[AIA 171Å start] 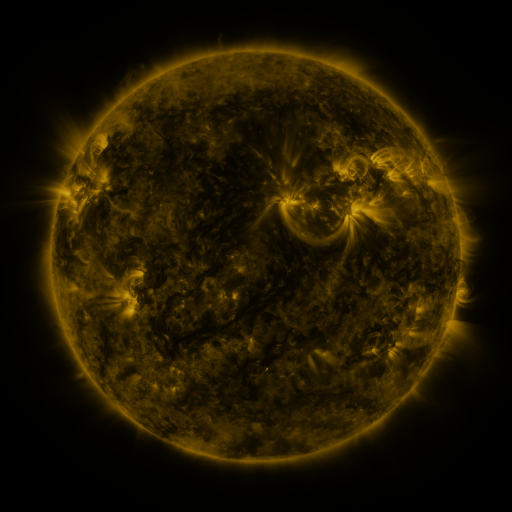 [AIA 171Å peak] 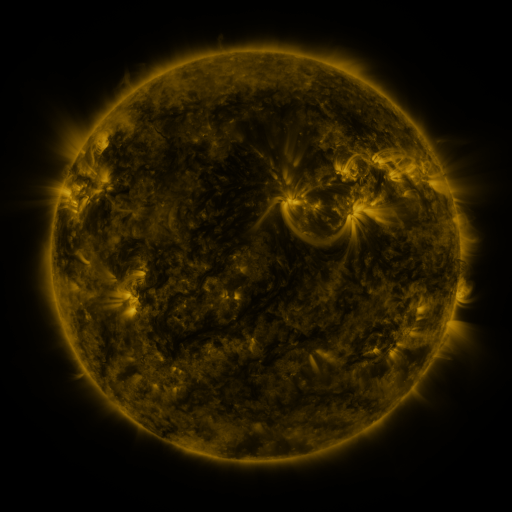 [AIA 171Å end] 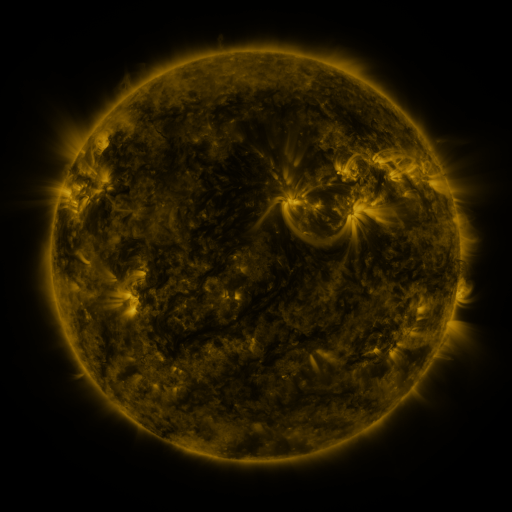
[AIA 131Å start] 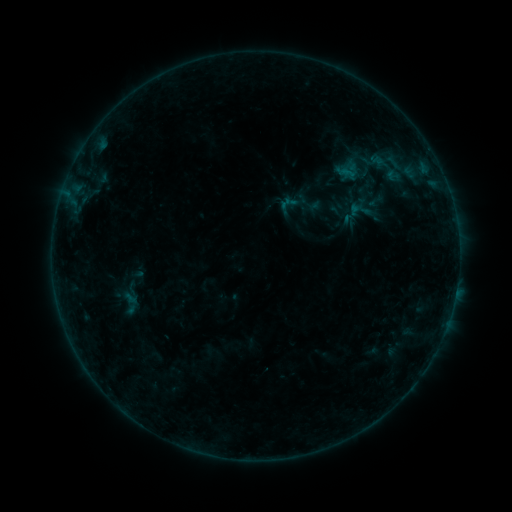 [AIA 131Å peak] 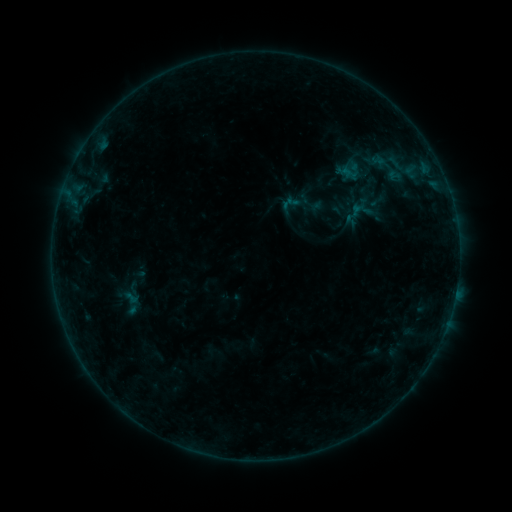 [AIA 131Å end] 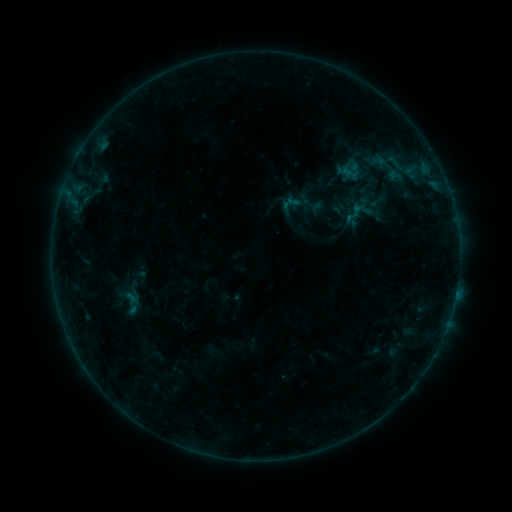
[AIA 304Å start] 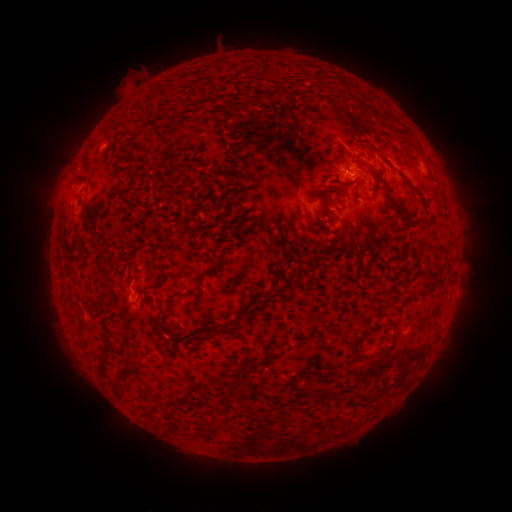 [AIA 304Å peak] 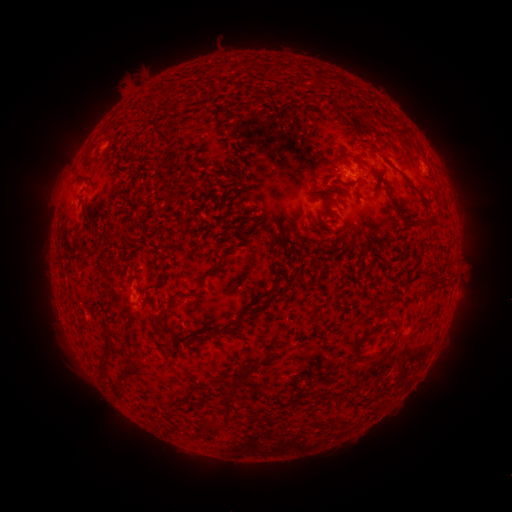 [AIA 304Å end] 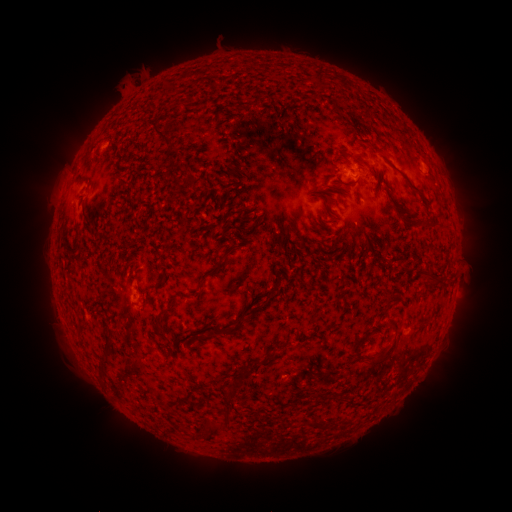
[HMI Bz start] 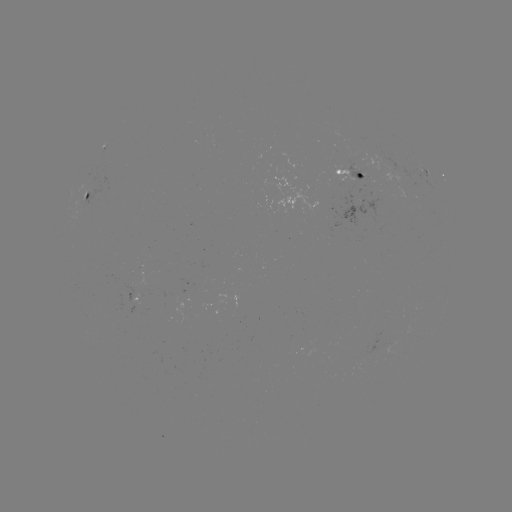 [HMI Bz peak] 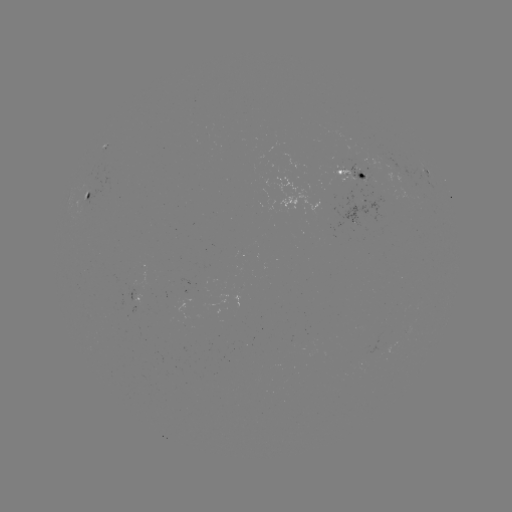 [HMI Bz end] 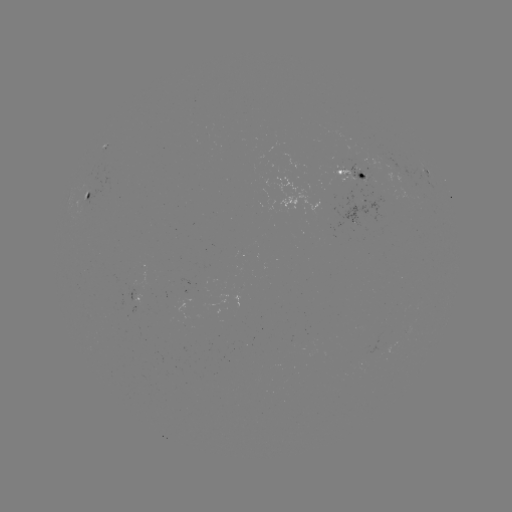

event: emerging-flux region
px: (358, 171)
